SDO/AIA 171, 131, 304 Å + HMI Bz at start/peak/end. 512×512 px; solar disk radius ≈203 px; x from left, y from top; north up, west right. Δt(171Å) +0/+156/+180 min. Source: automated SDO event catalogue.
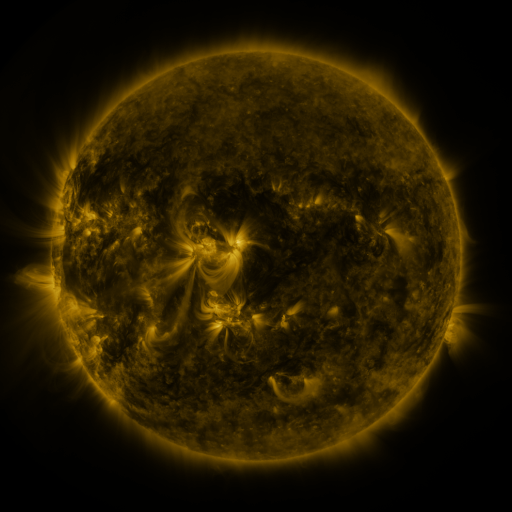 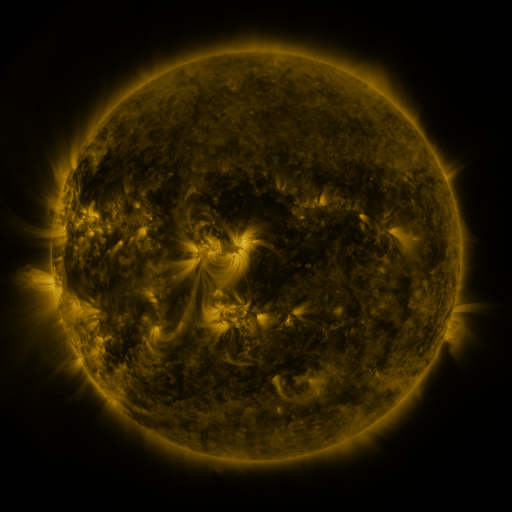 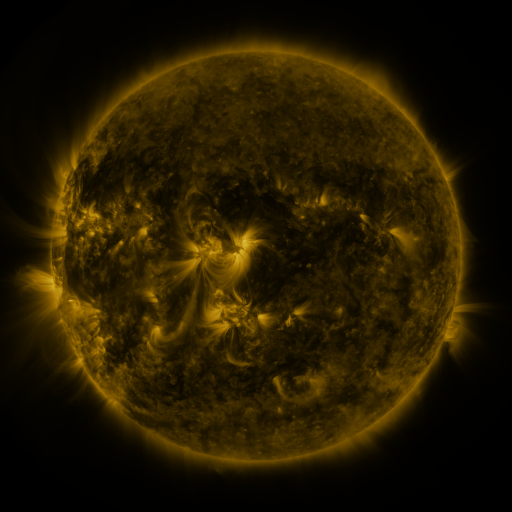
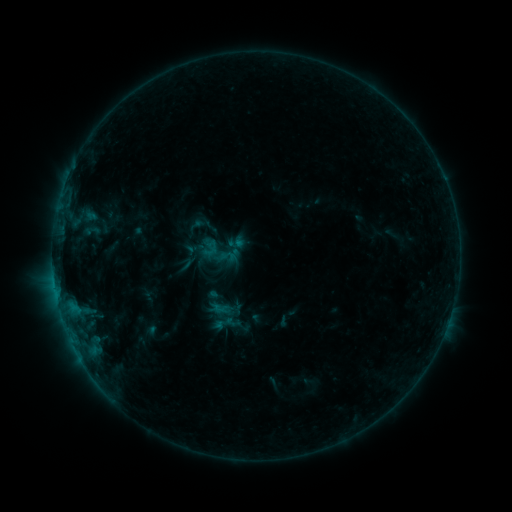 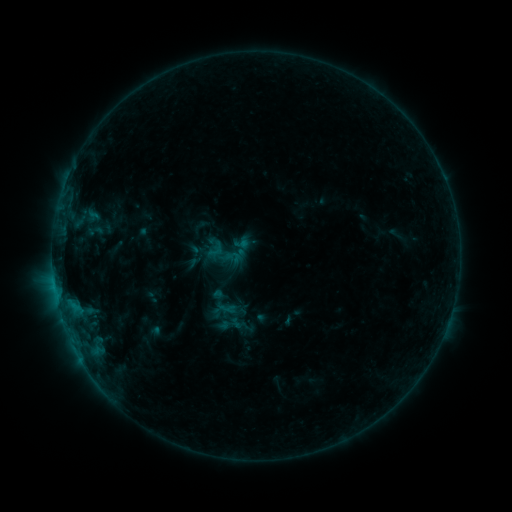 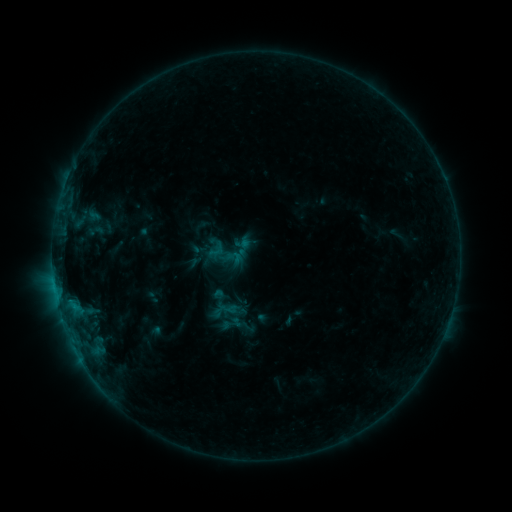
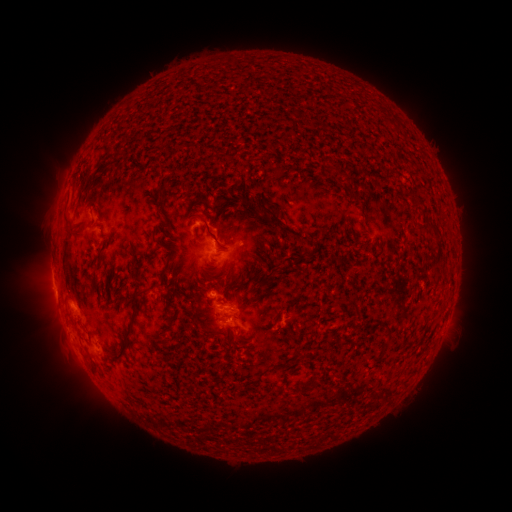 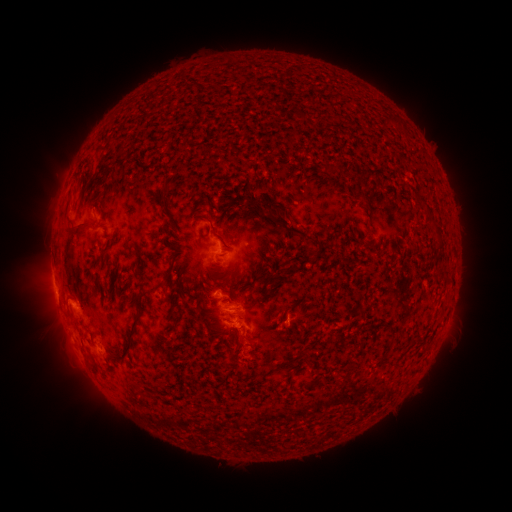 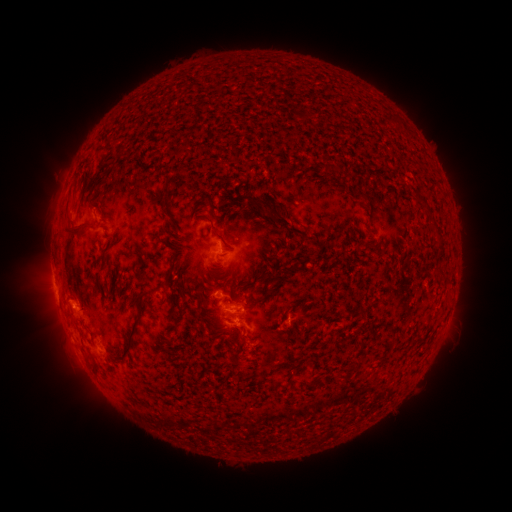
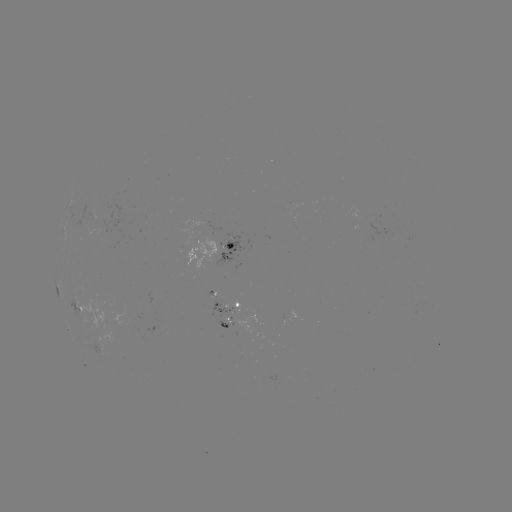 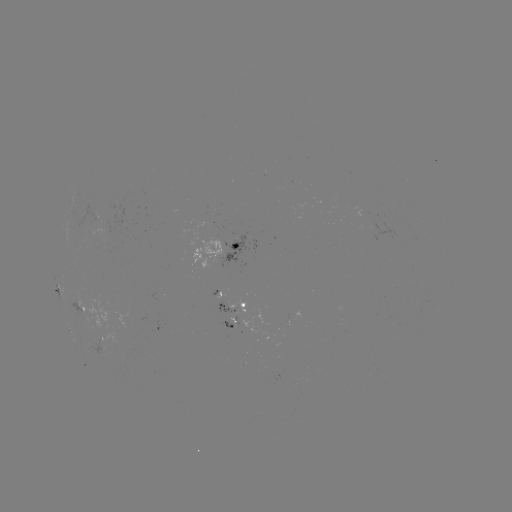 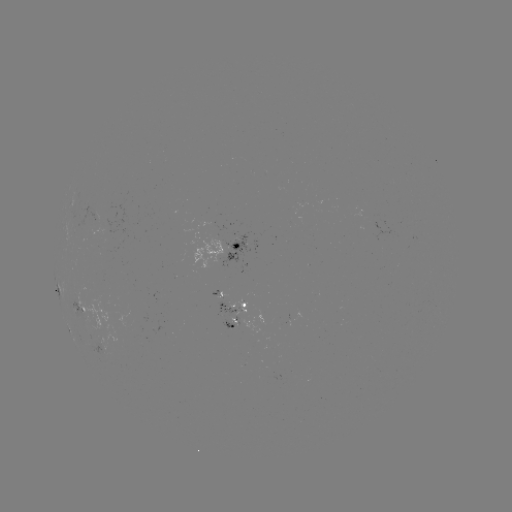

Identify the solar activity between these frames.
emerging-flux region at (93, 213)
